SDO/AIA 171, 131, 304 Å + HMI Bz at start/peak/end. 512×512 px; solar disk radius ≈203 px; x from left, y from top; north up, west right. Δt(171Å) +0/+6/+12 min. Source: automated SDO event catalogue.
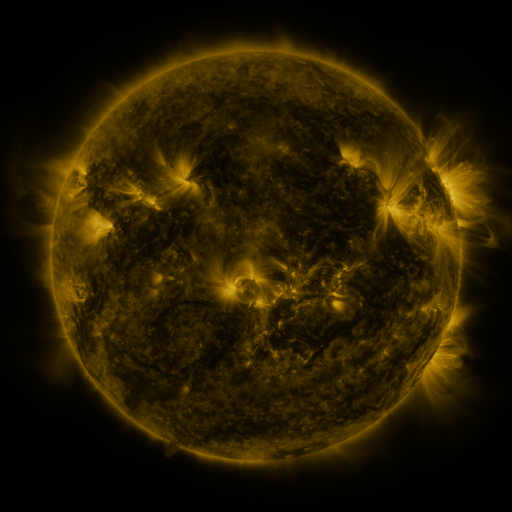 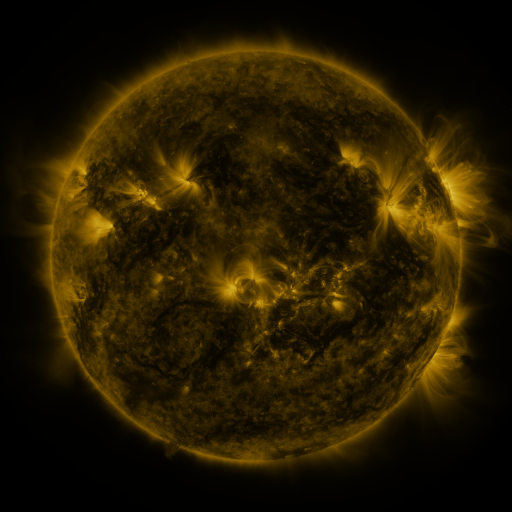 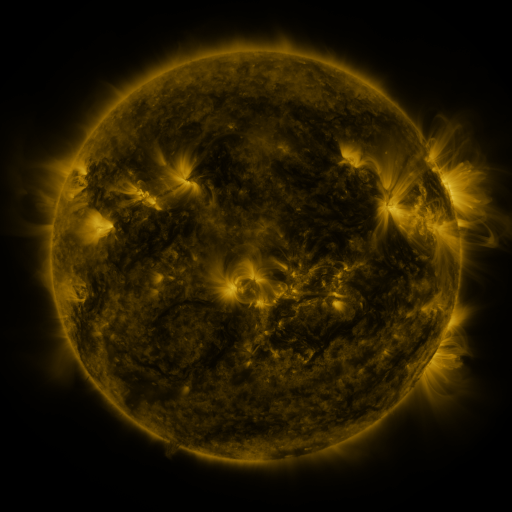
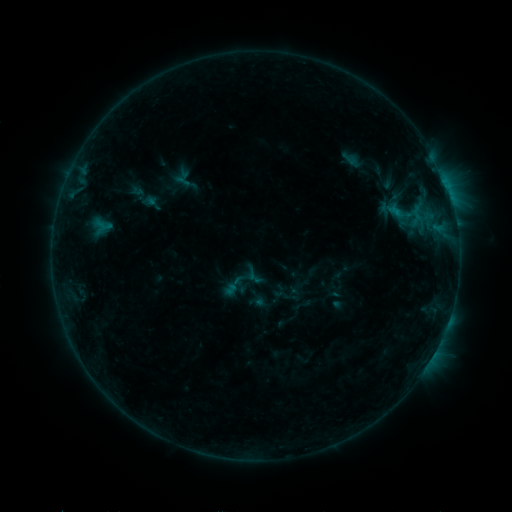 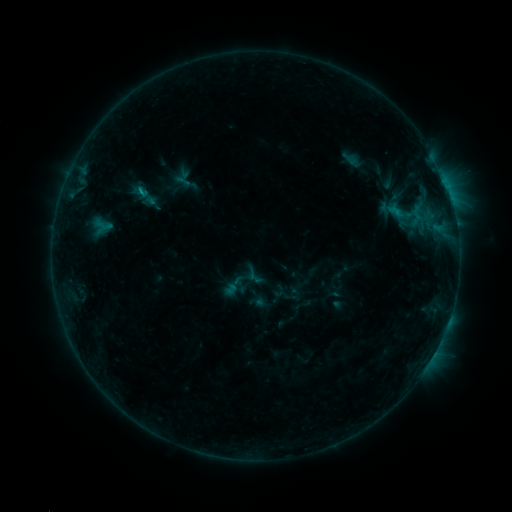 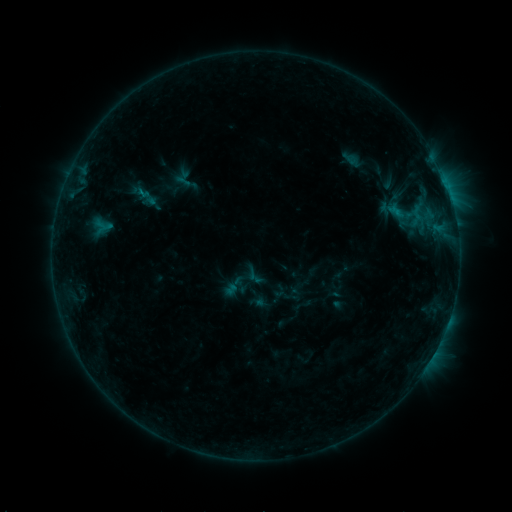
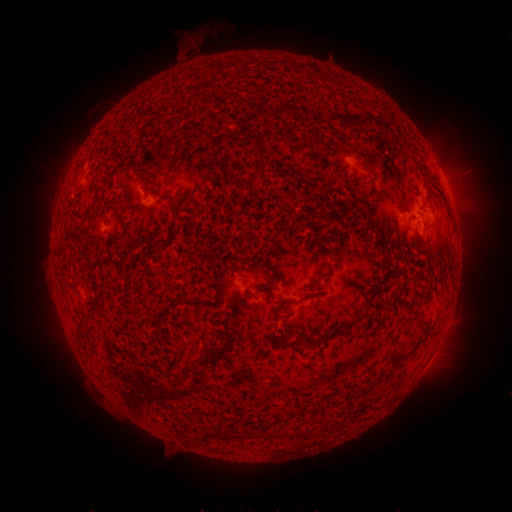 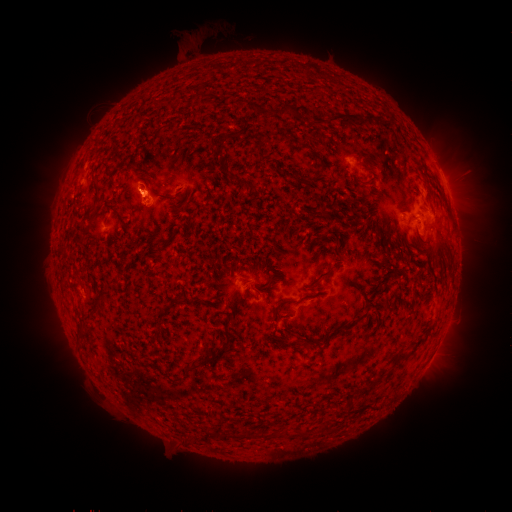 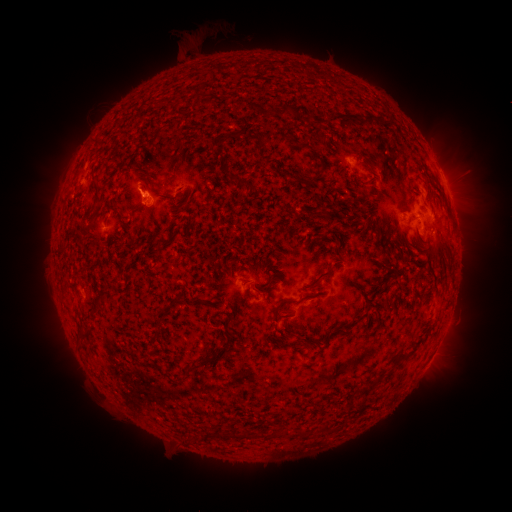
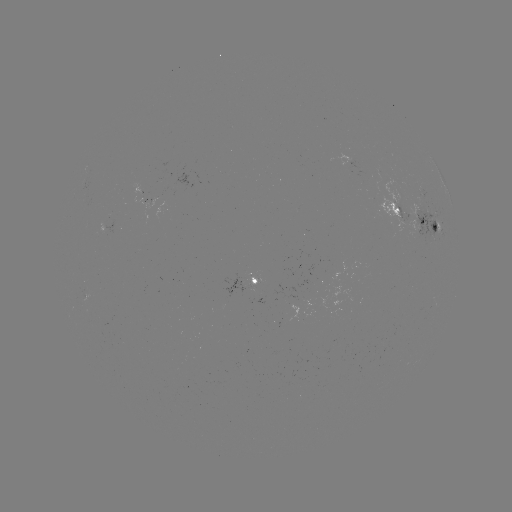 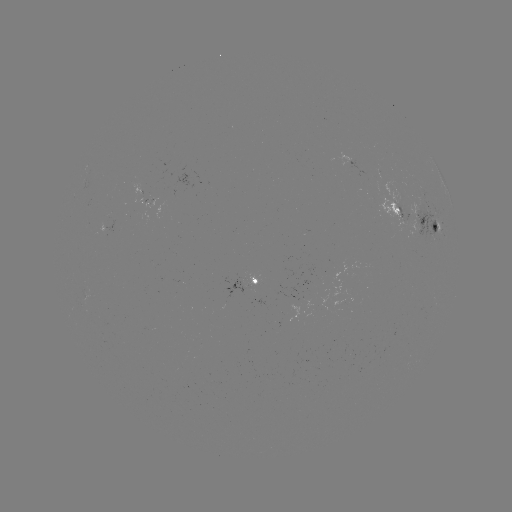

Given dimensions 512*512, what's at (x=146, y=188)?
eruption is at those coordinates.